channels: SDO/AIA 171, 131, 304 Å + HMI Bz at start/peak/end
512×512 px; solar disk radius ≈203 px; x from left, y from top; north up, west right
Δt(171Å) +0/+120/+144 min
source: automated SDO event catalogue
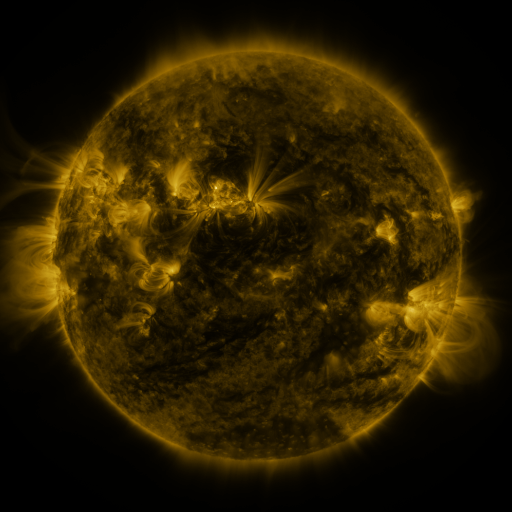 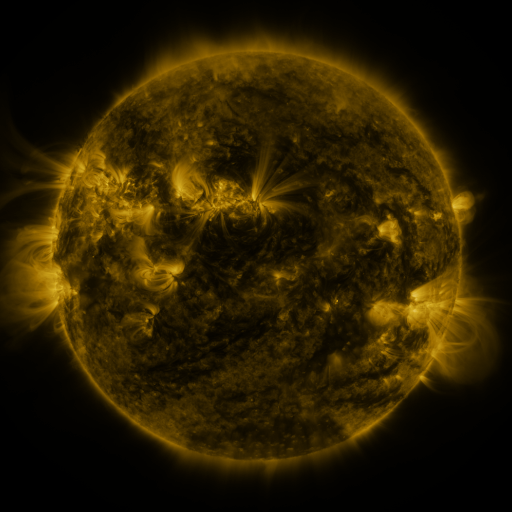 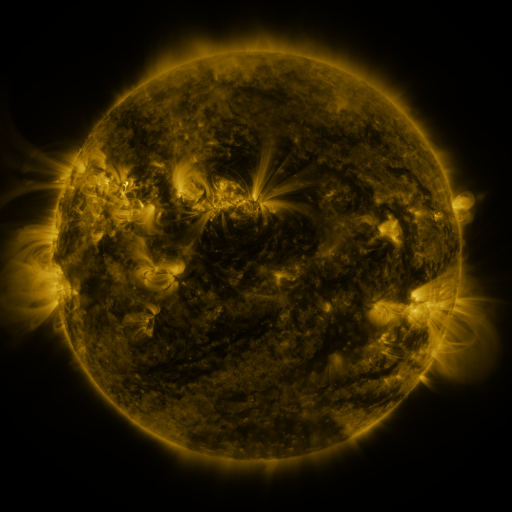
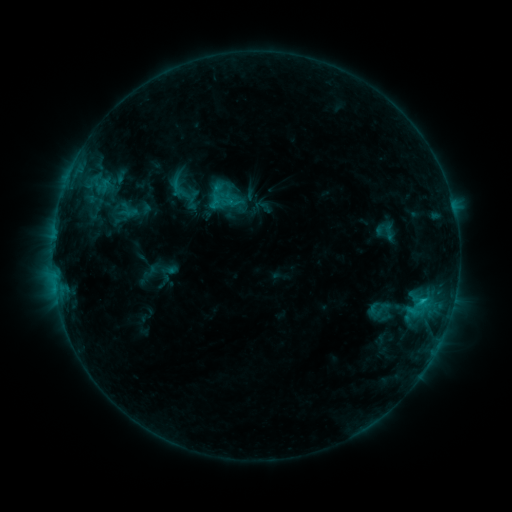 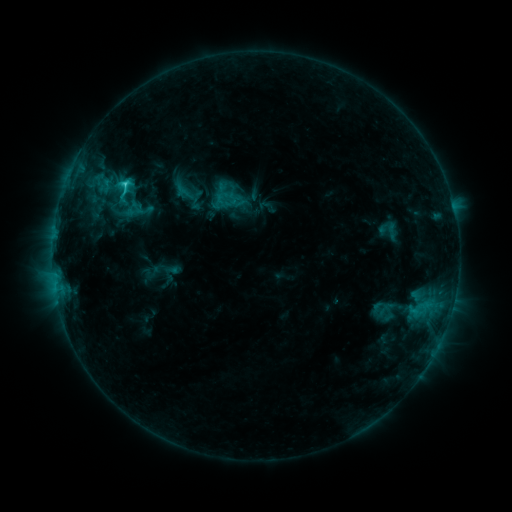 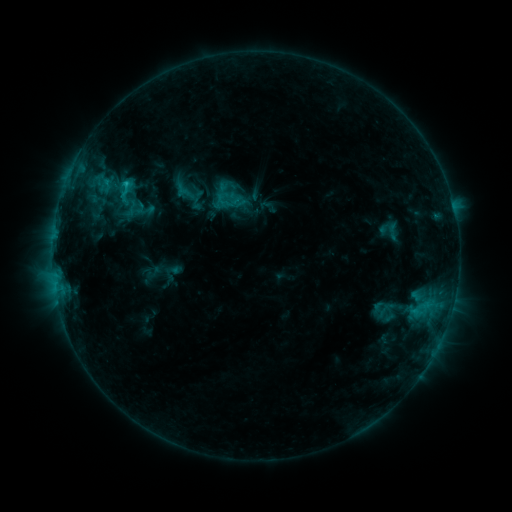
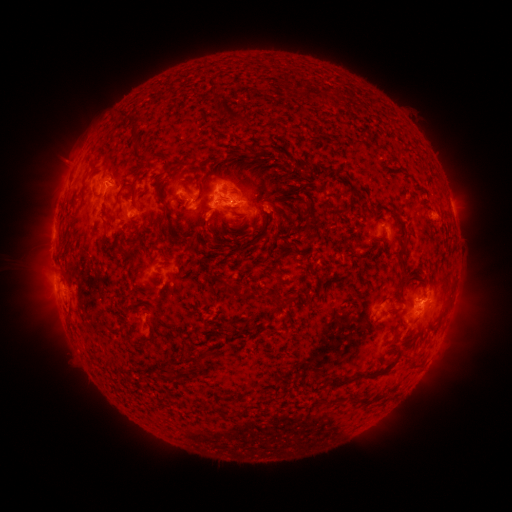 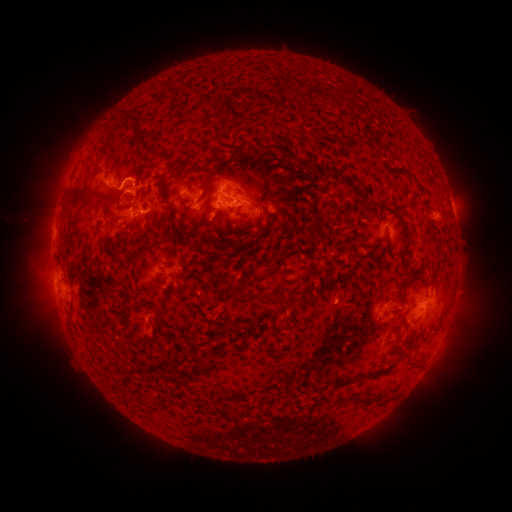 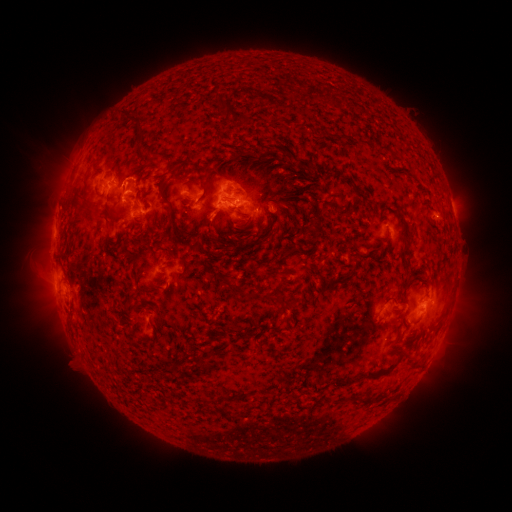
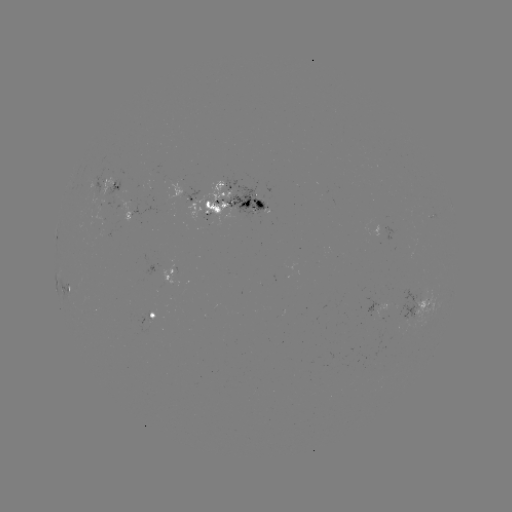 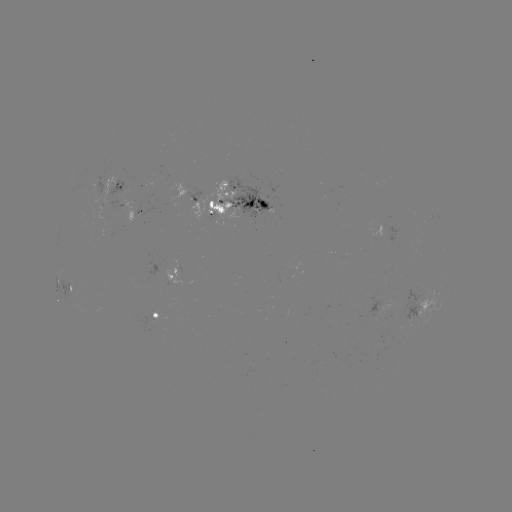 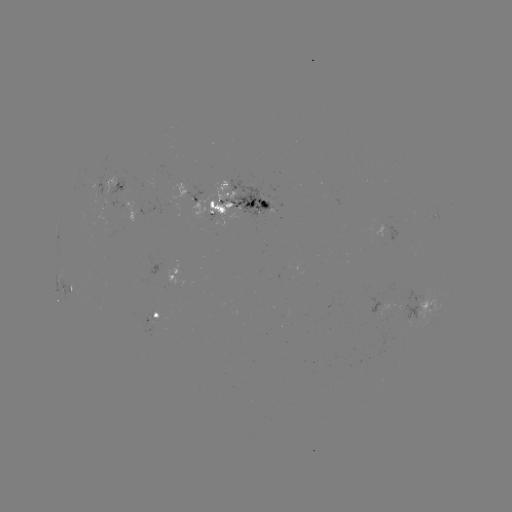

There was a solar emerging-flux region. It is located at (261, 203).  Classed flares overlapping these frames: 1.